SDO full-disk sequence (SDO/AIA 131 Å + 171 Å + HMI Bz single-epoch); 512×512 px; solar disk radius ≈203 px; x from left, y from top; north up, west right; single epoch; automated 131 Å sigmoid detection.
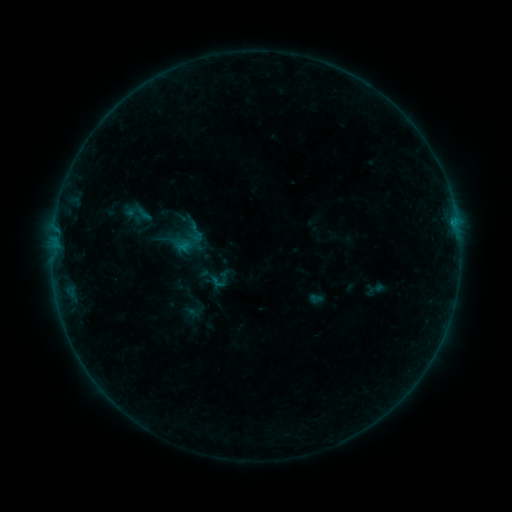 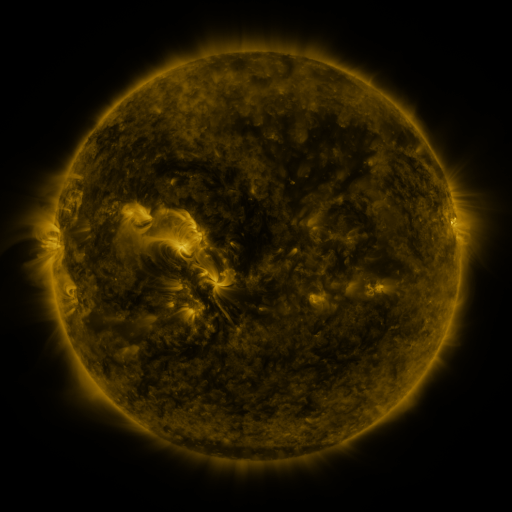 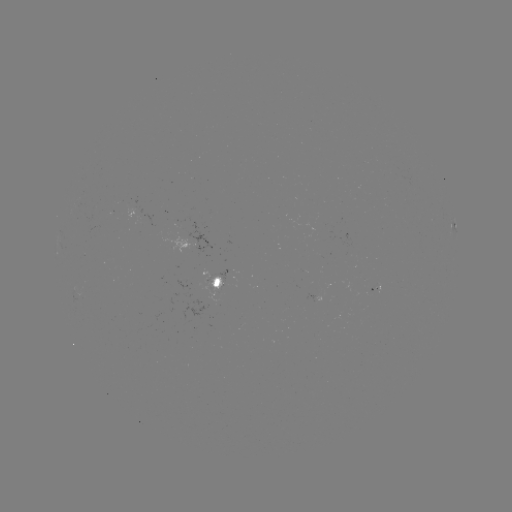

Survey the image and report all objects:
sigmoid: (221, 279)
